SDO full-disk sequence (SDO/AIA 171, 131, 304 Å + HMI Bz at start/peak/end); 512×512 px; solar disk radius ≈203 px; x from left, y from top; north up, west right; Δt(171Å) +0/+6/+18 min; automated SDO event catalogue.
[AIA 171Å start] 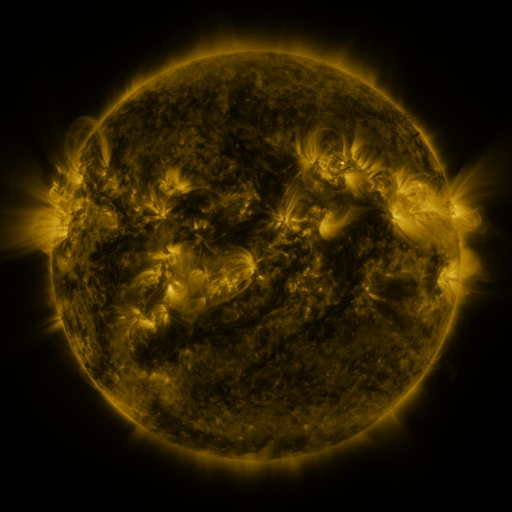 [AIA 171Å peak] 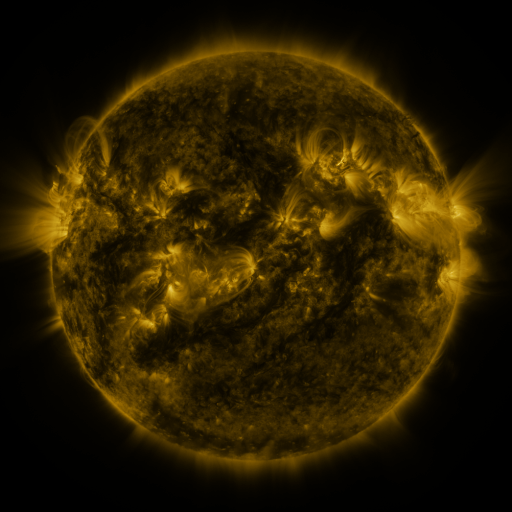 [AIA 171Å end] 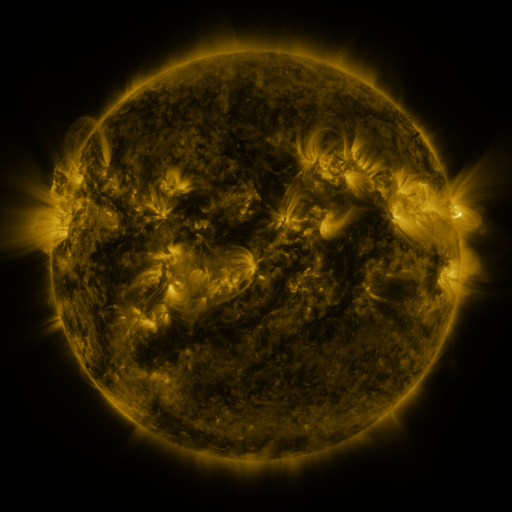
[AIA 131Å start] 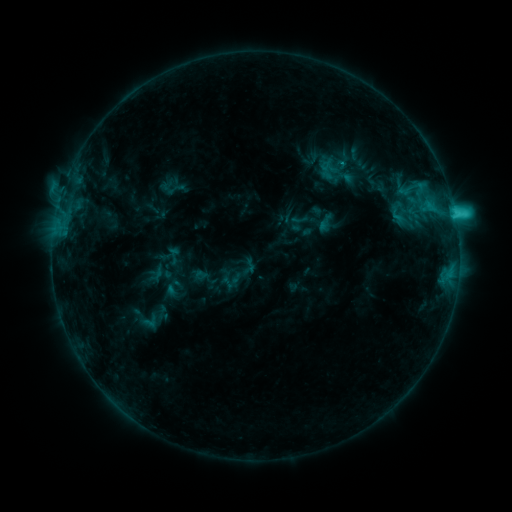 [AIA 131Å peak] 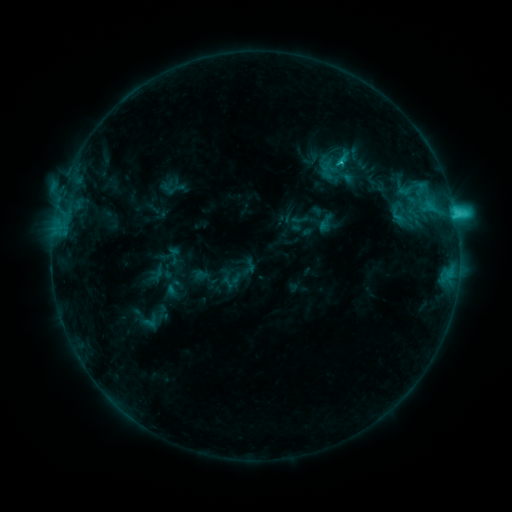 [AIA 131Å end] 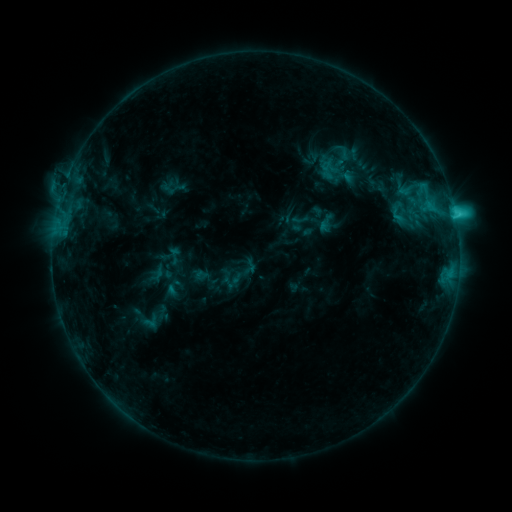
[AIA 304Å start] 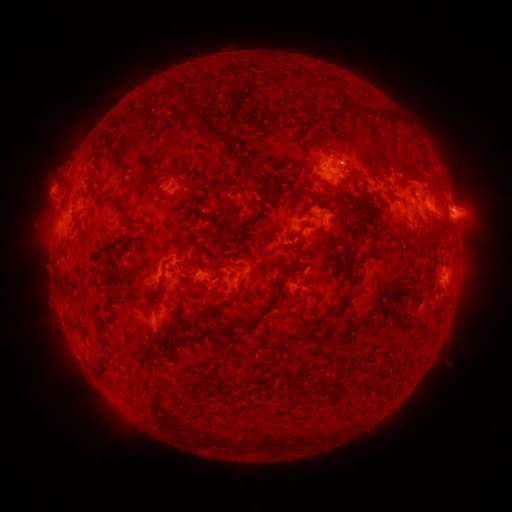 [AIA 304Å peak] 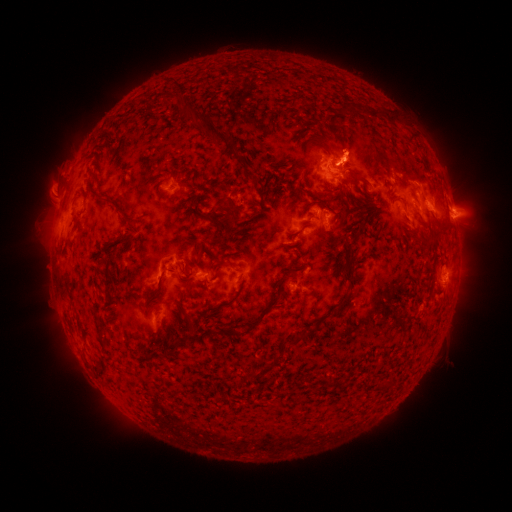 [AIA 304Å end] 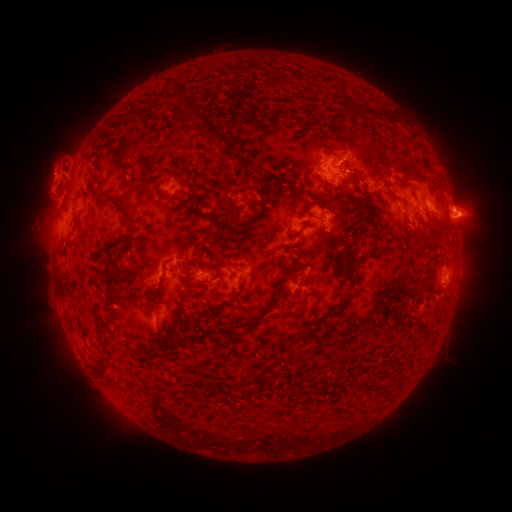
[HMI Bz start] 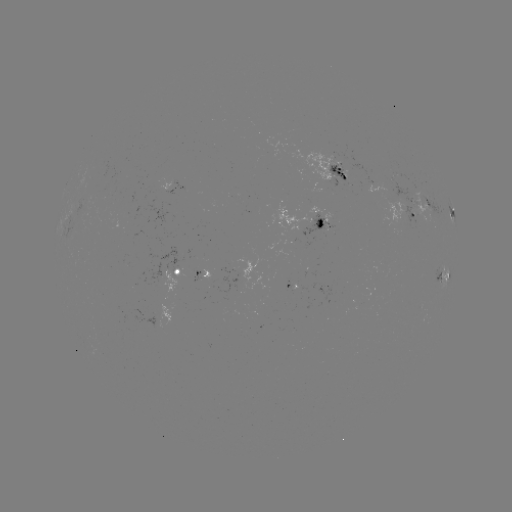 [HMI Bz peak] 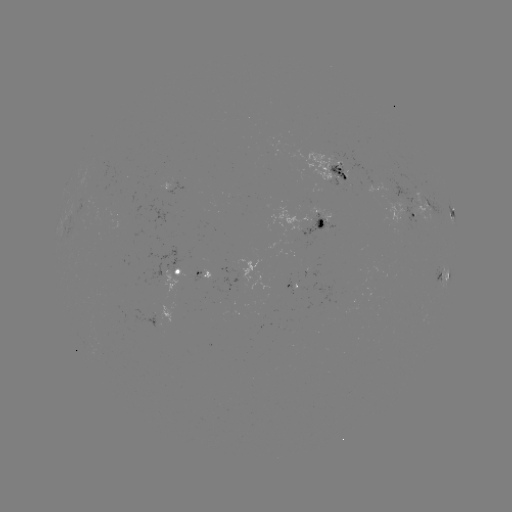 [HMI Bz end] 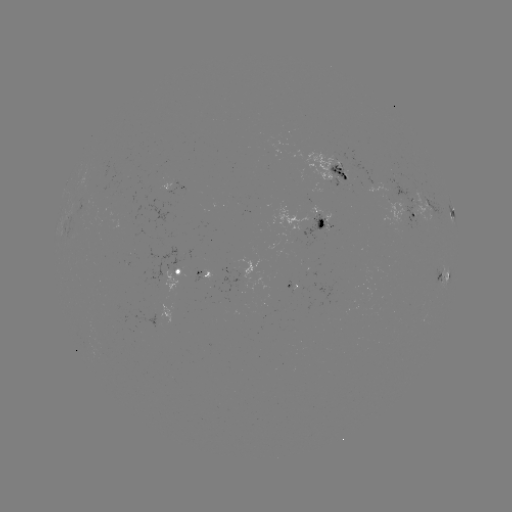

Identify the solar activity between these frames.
eruption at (348, 144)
